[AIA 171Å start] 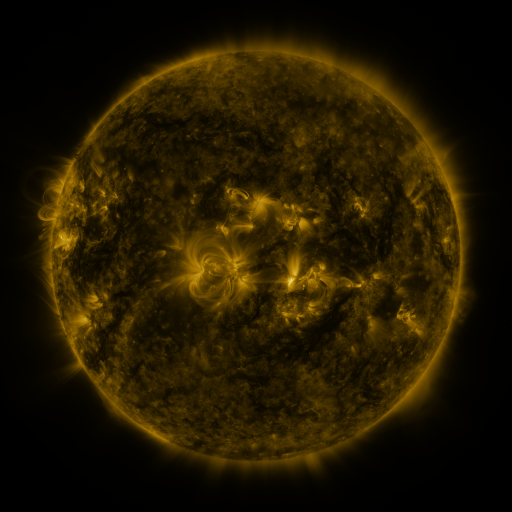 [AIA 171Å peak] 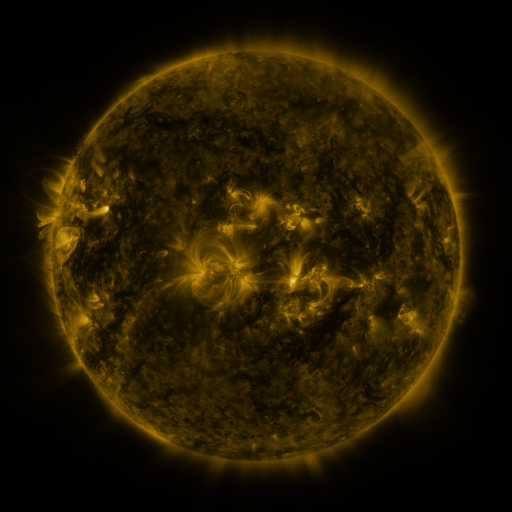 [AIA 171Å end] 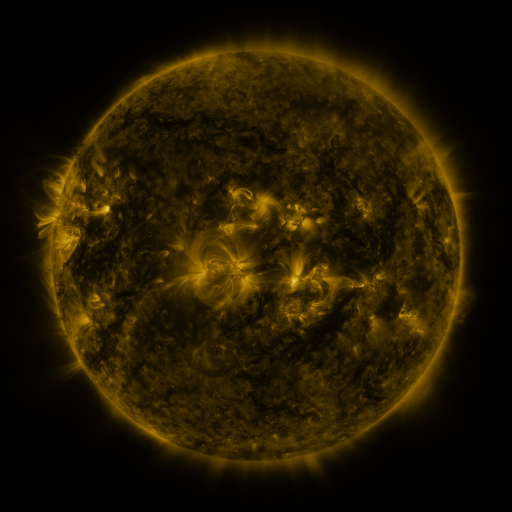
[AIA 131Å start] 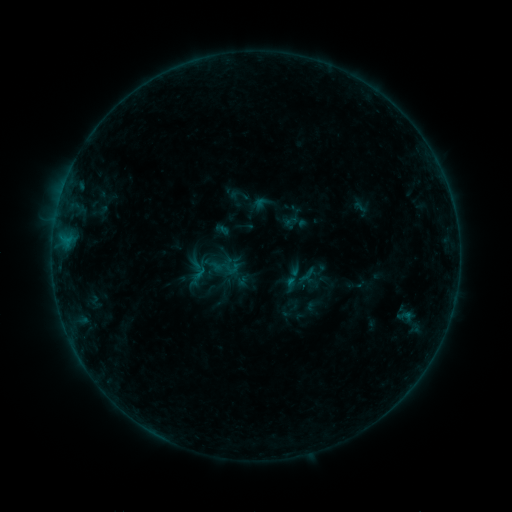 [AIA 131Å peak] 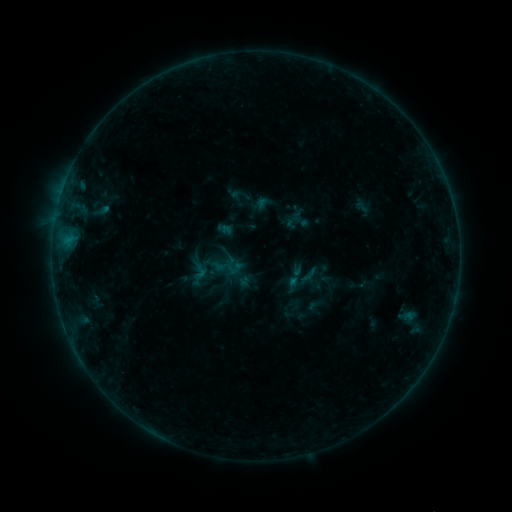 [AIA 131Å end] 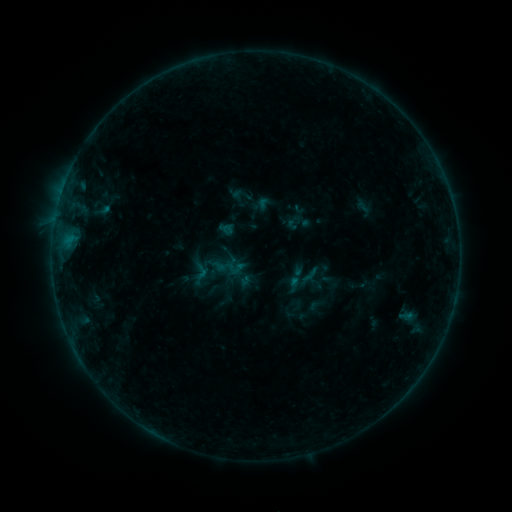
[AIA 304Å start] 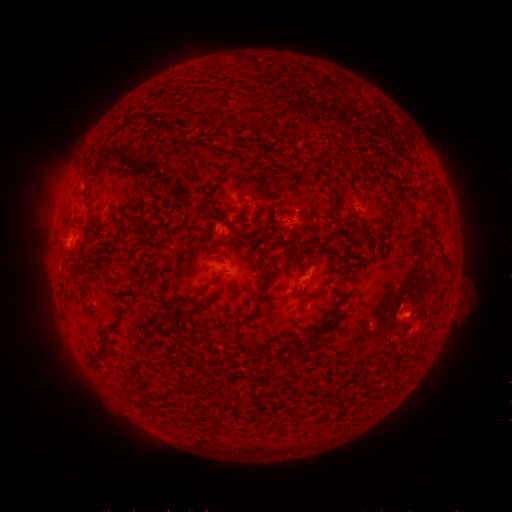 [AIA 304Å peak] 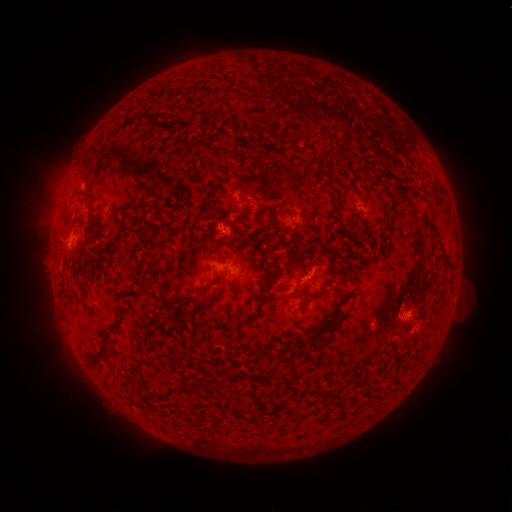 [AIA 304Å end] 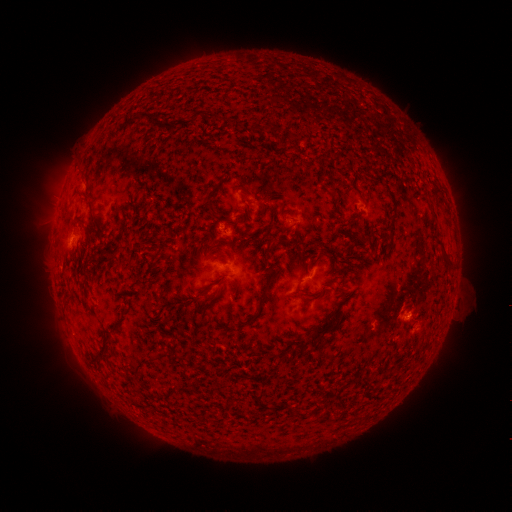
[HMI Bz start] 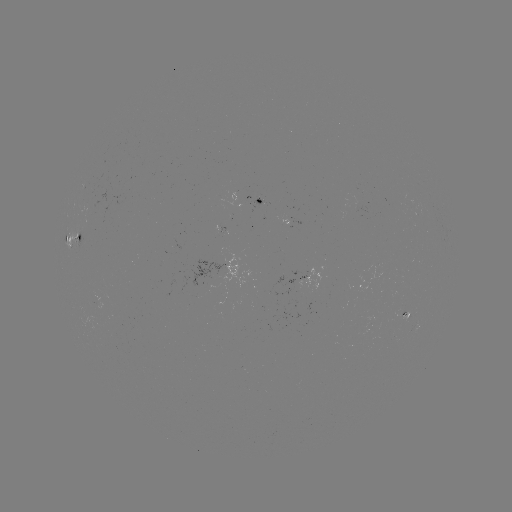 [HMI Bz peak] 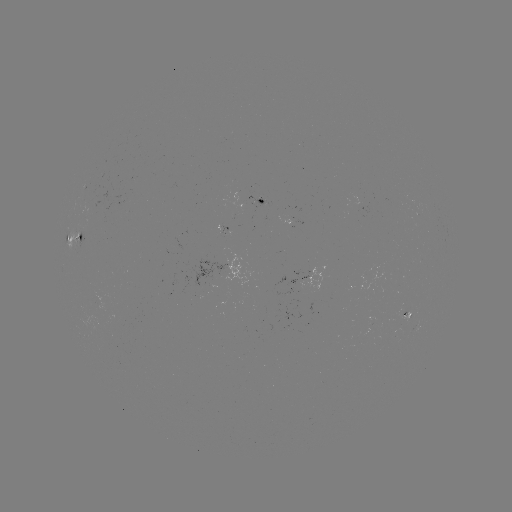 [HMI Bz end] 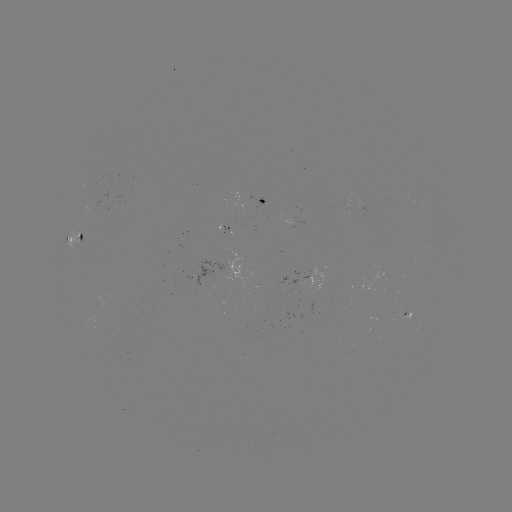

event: emerging-flux region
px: (259, 200)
